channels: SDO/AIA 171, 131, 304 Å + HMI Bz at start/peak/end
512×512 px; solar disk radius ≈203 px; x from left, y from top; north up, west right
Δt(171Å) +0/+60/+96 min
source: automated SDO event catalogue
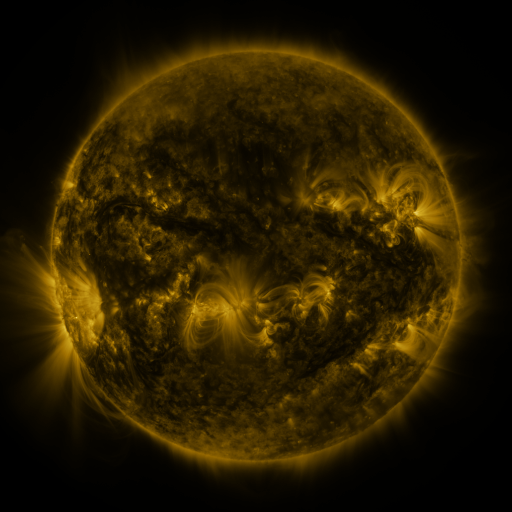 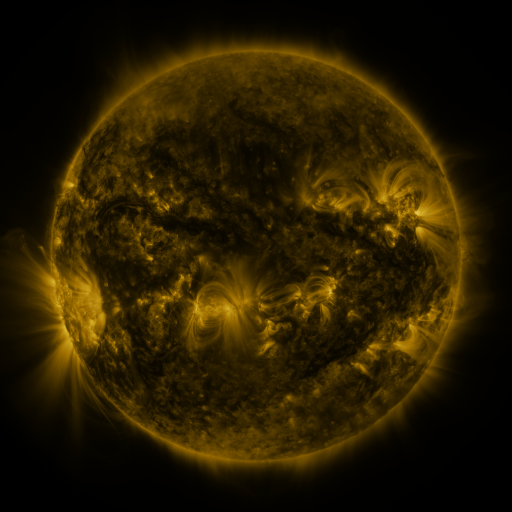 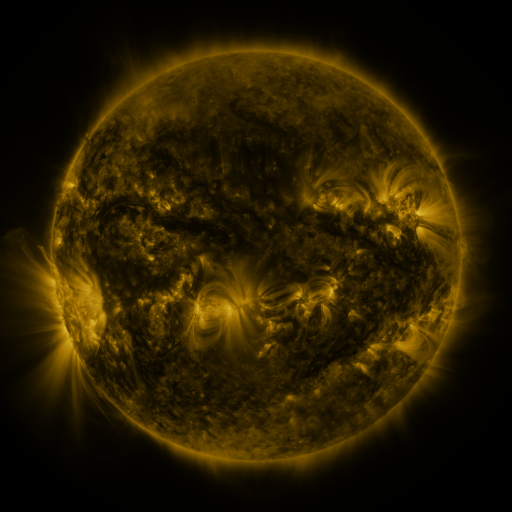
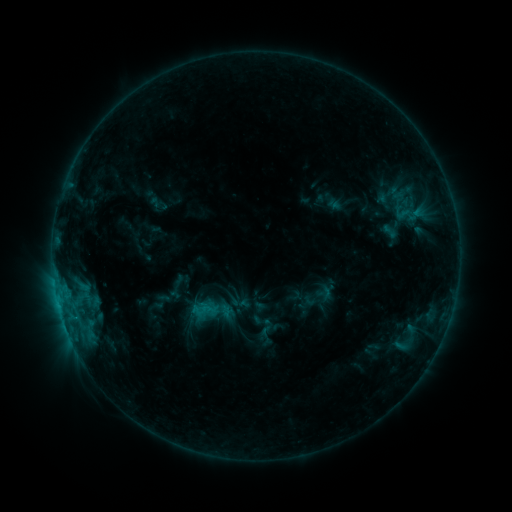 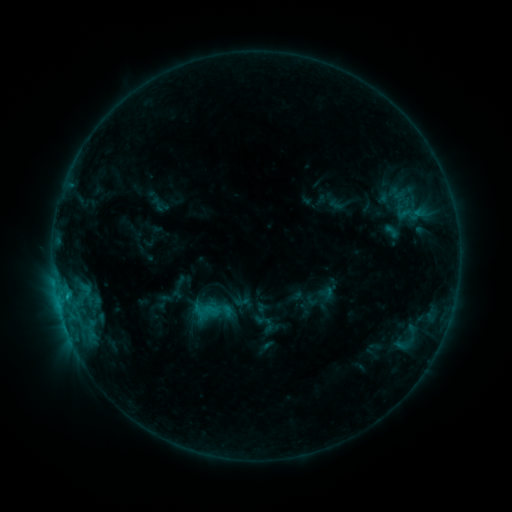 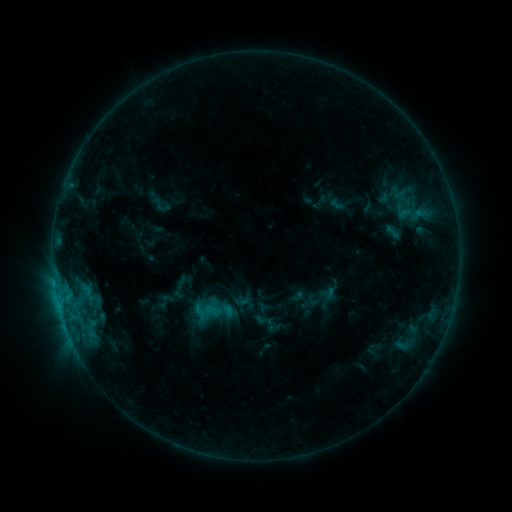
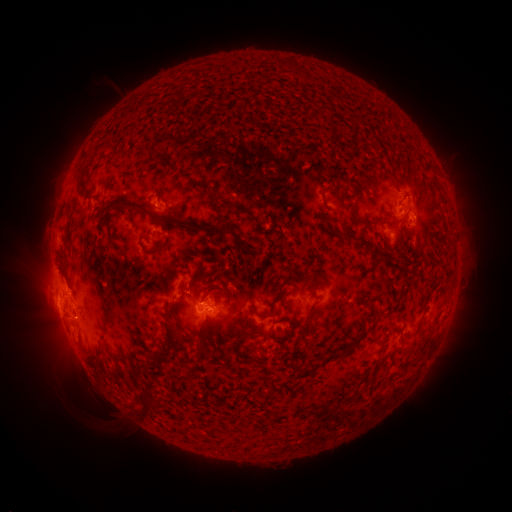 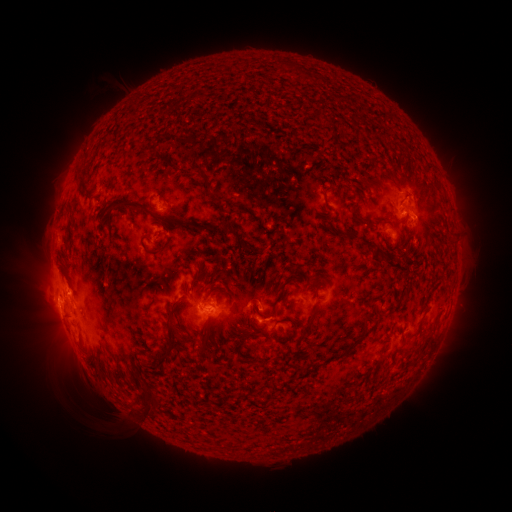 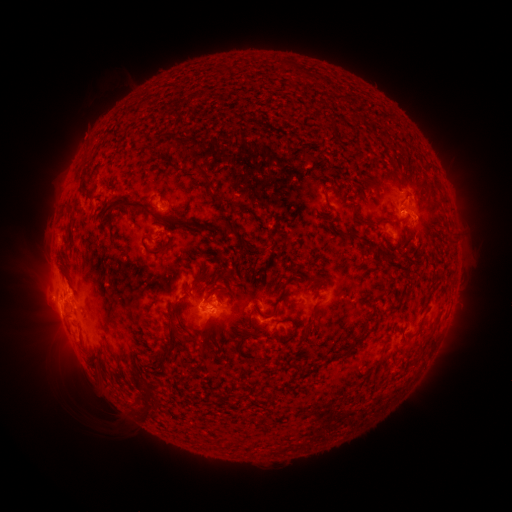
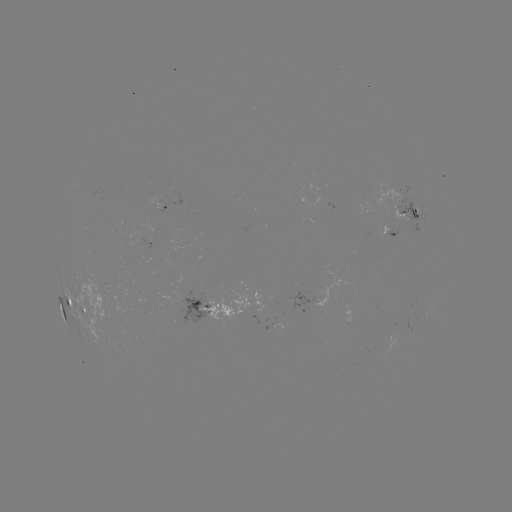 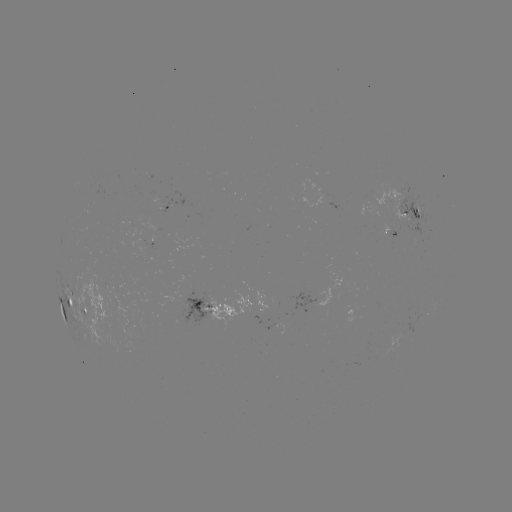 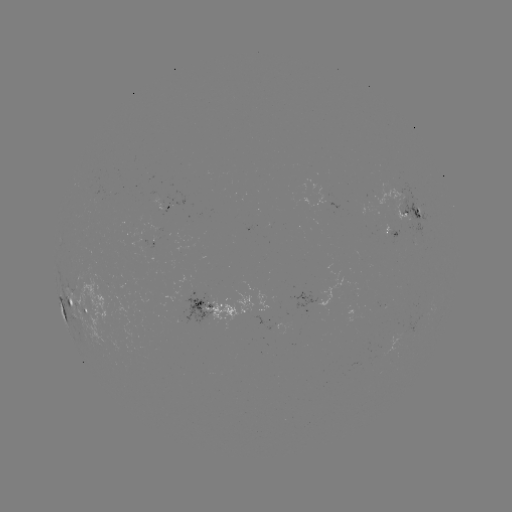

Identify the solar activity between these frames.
emerging-flux region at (150, 233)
